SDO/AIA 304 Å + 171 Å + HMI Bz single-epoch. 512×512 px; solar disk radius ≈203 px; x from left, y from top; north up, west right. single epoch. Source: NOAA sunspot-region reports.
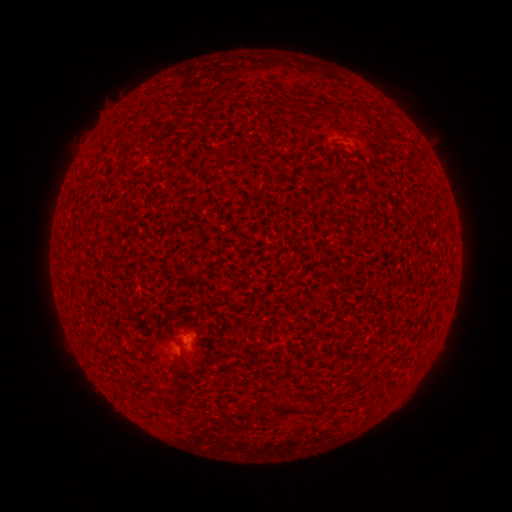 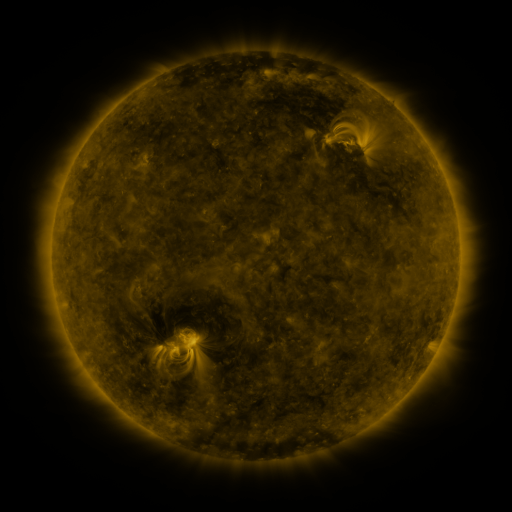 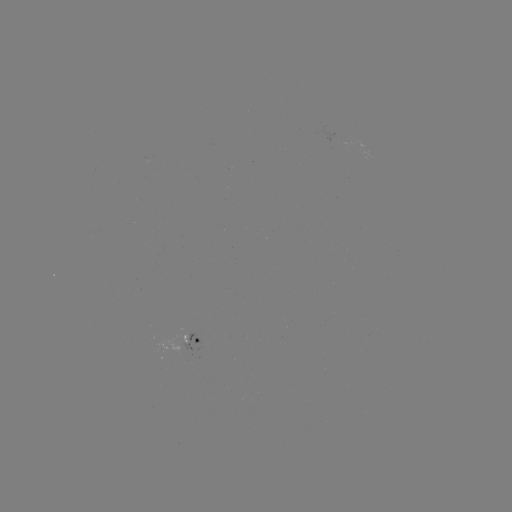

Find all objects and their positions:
(none)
